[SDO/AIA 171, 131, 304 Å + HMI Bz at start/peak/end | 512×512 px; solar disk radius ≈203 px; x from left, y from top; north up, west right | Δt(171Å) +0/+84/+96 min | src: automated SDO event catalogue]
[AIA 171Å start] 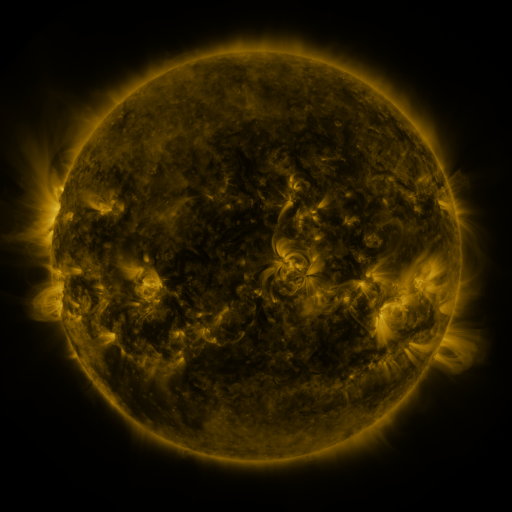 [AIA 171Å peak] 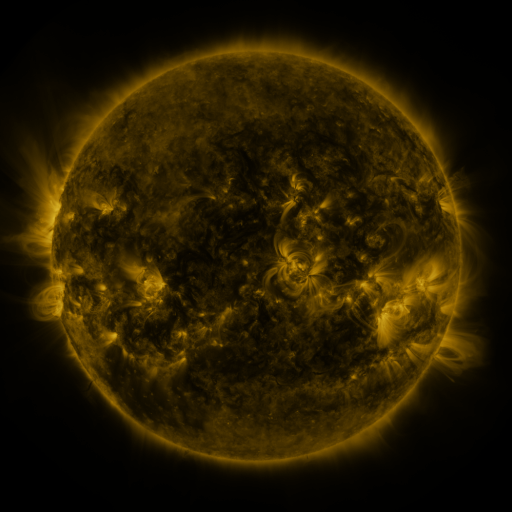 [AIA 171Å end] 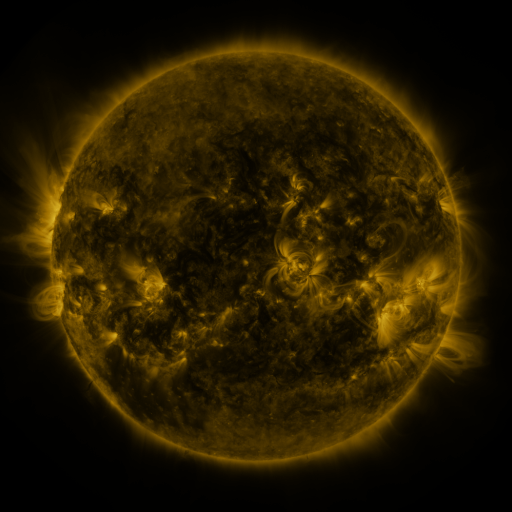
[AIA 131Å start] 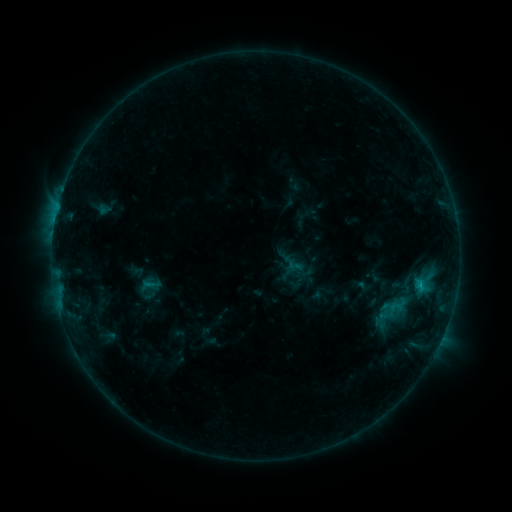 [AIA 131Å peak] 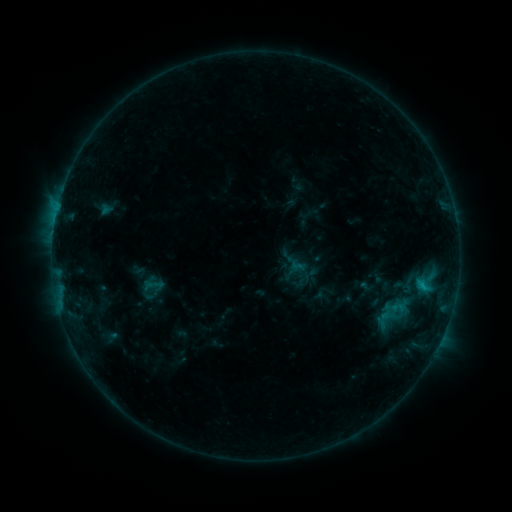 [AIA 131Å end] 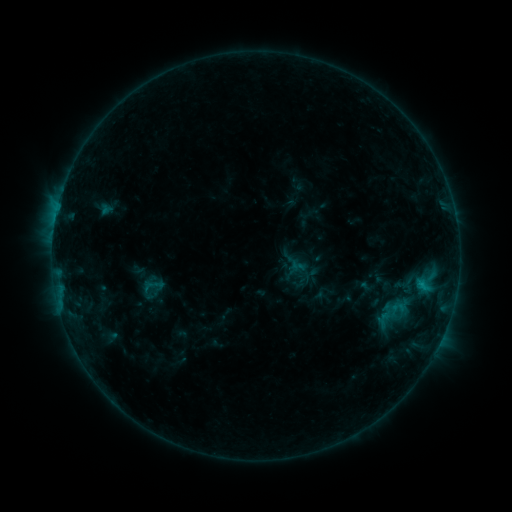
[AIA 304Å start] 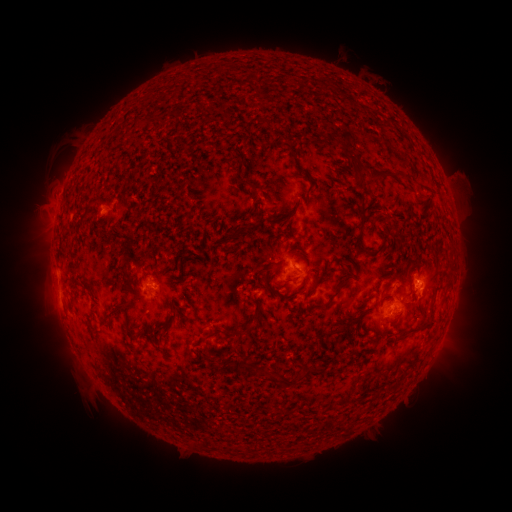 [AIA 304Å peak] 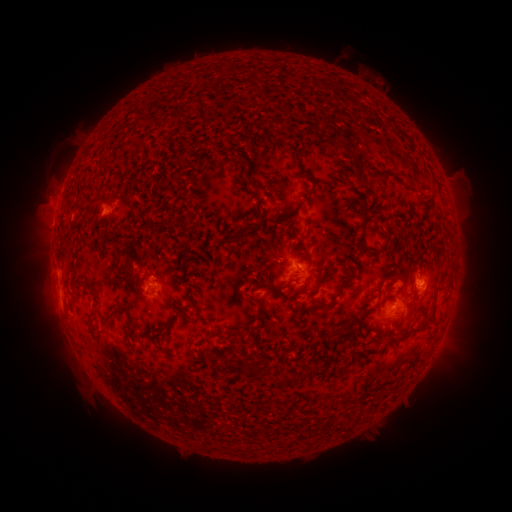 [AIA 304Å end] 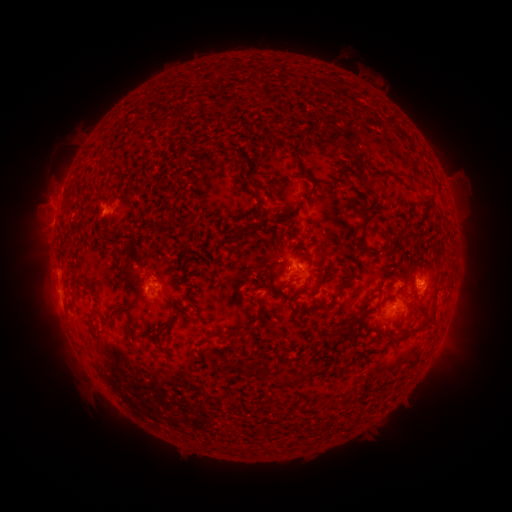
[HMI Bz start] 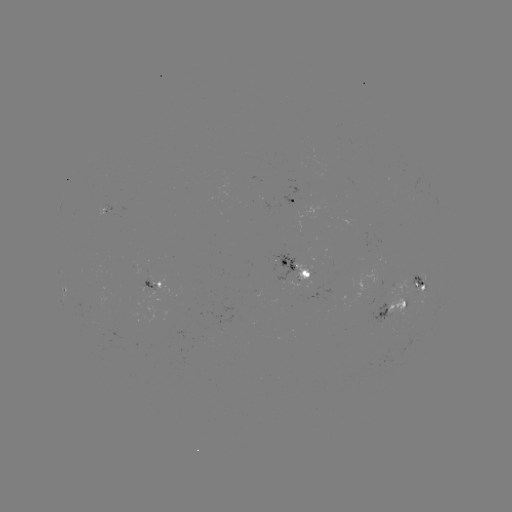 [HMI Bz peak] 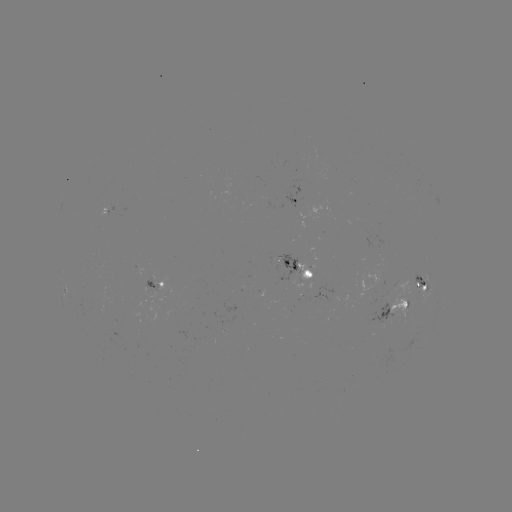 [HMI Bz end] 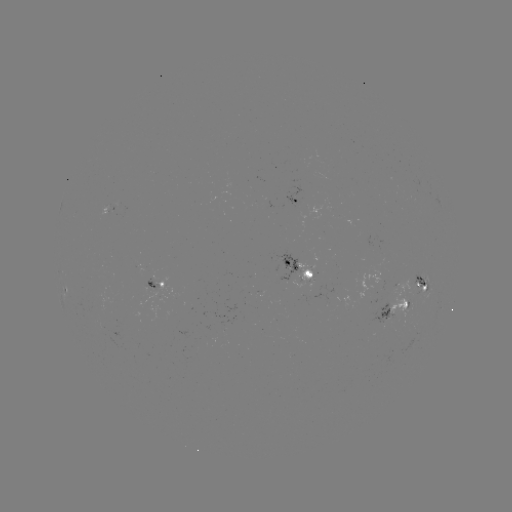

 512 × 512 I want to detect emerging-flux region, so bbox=[98, 205, 110, 216].